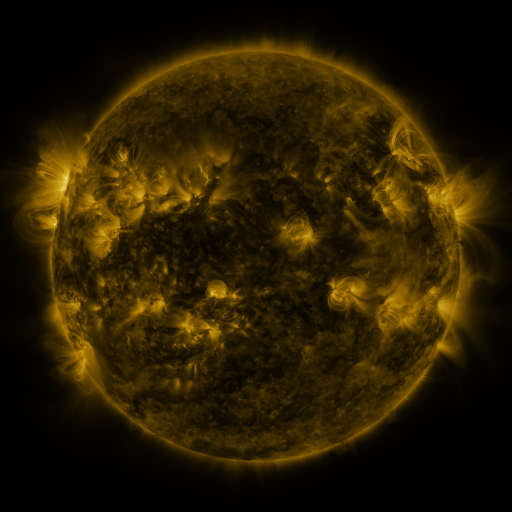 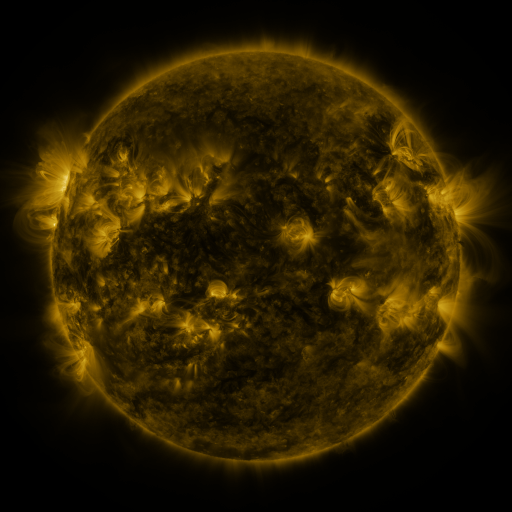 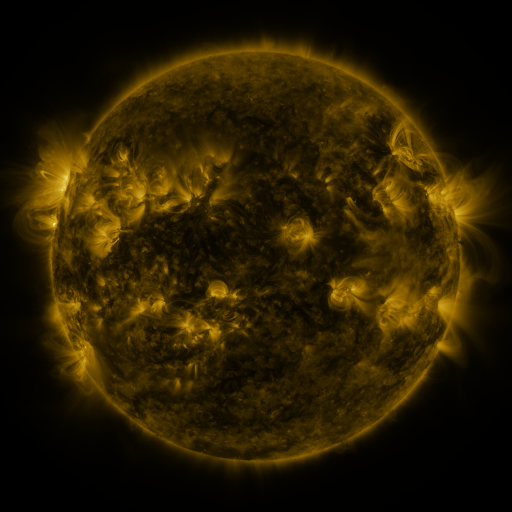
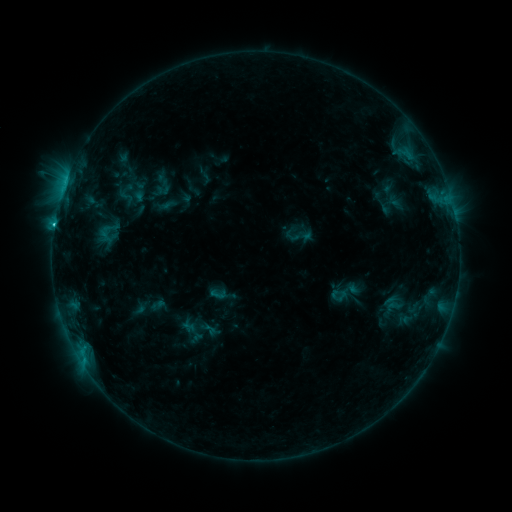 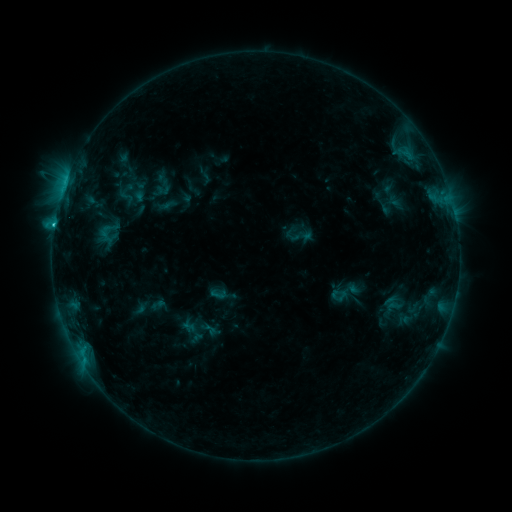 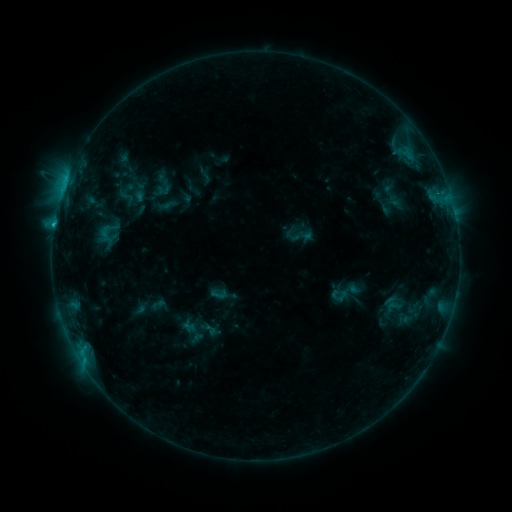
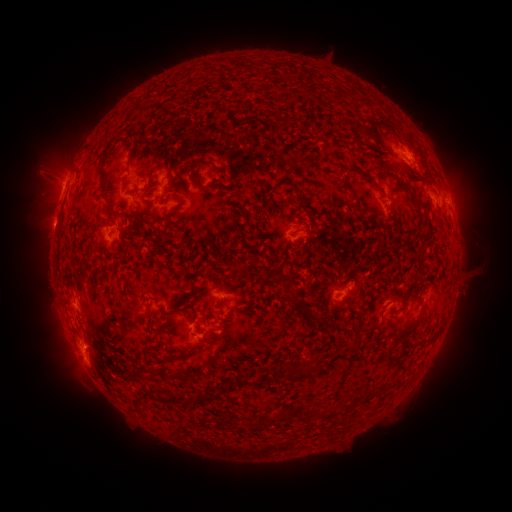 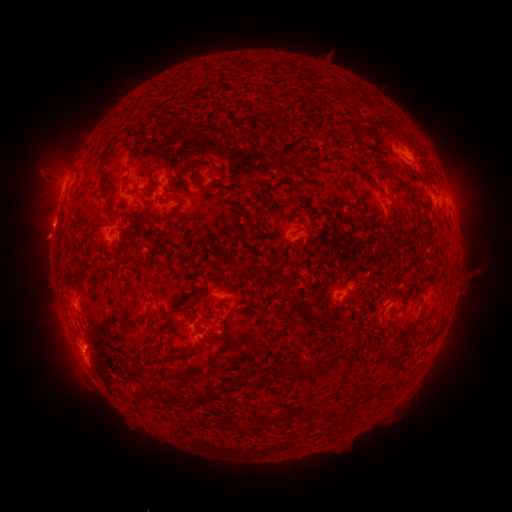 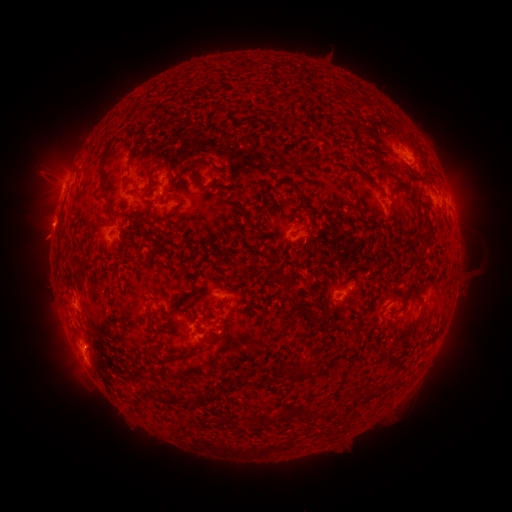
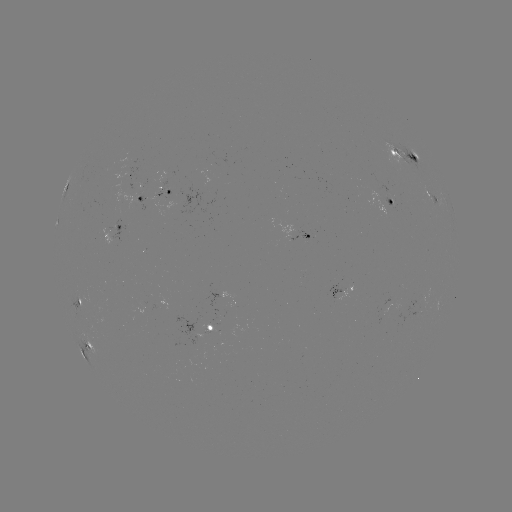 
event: eruption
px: (44, 239)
